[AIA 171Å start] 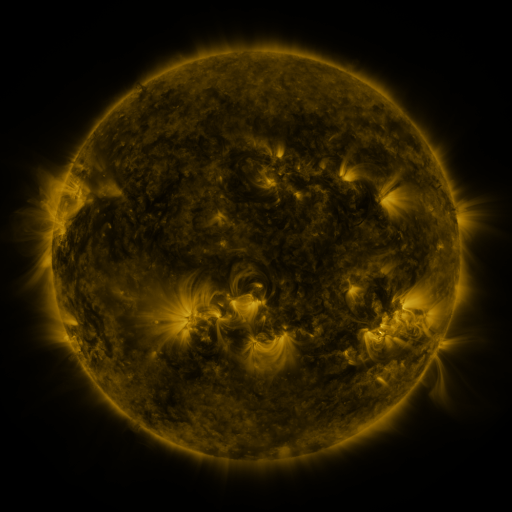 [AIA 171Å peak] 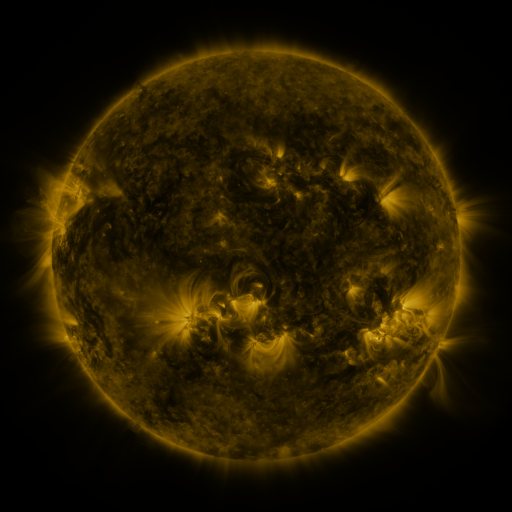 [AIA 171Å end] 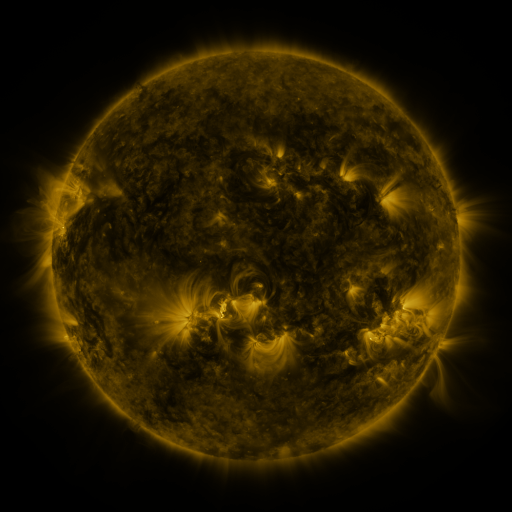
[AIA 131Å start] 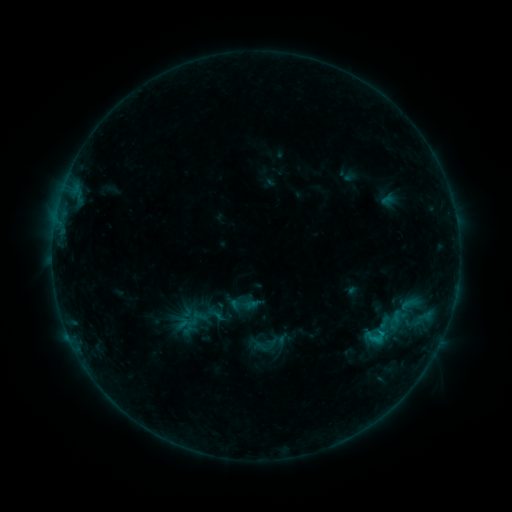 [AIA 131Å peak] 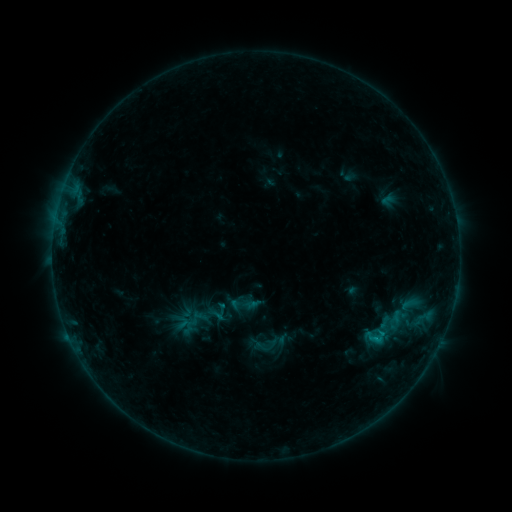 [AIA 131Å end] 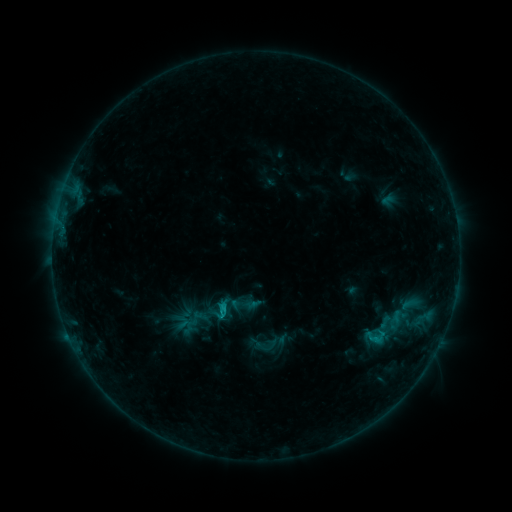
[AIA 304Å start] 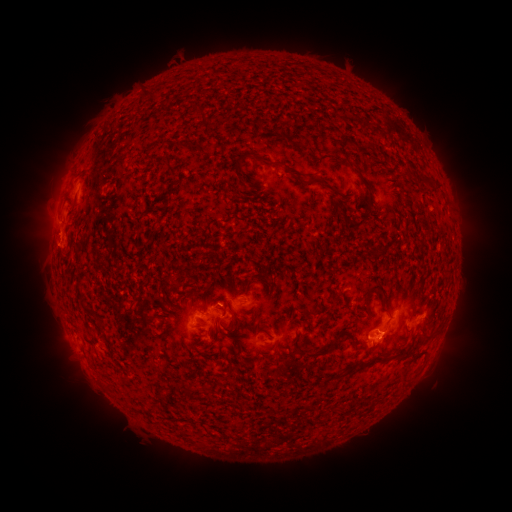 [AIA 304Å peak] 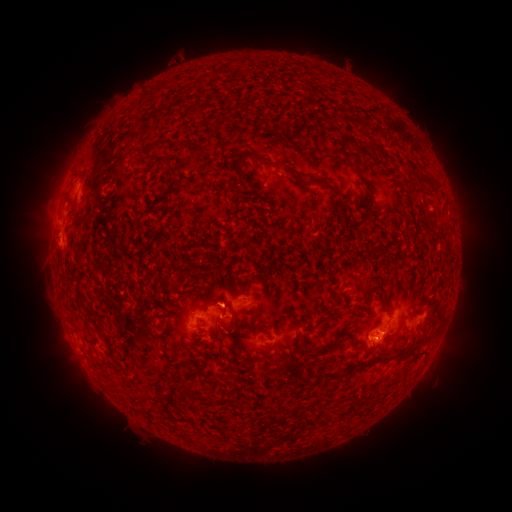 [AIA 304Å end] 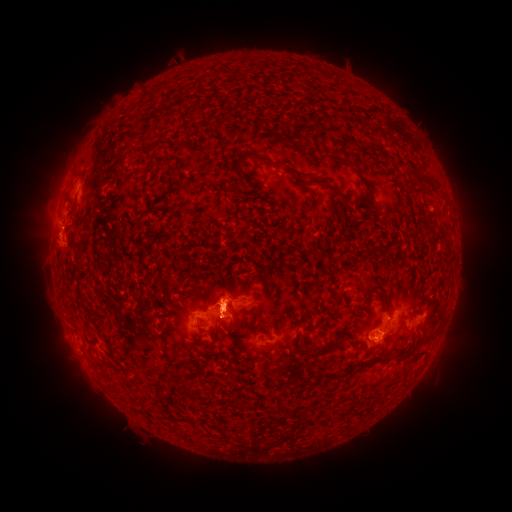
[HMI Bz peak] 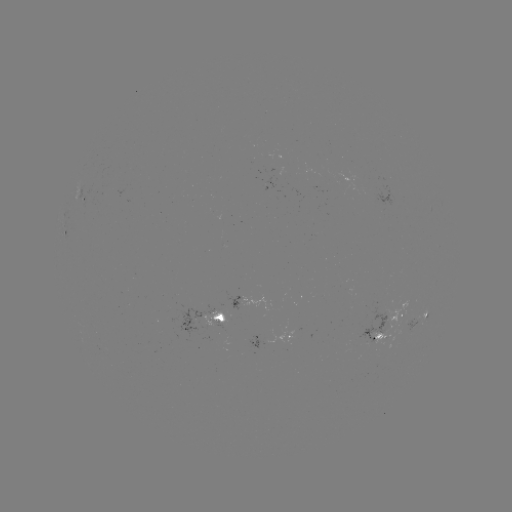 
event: eruption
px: (224, 298)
